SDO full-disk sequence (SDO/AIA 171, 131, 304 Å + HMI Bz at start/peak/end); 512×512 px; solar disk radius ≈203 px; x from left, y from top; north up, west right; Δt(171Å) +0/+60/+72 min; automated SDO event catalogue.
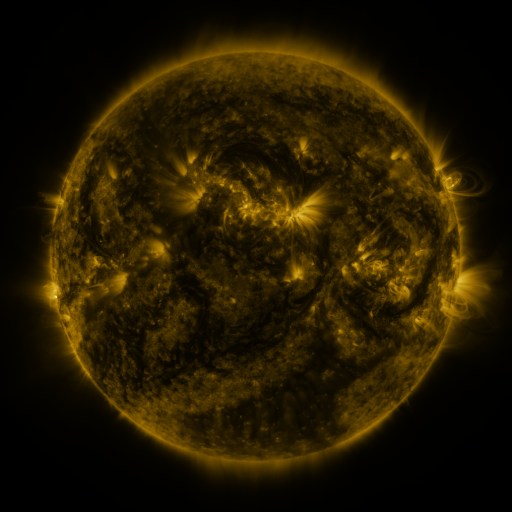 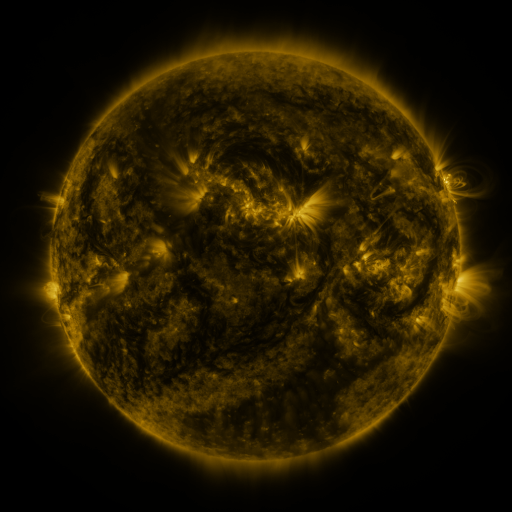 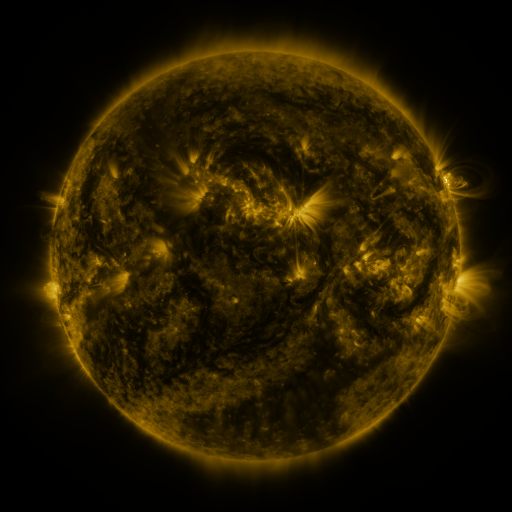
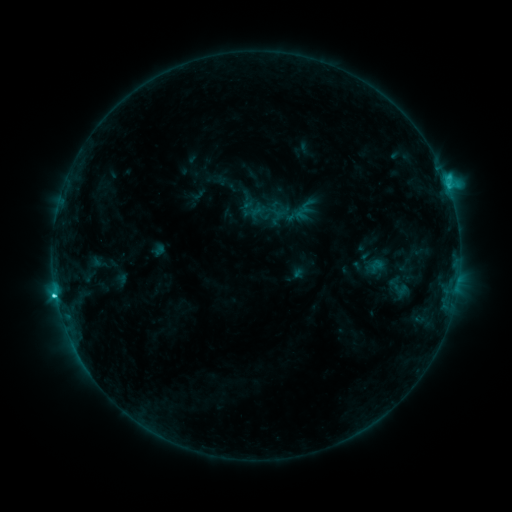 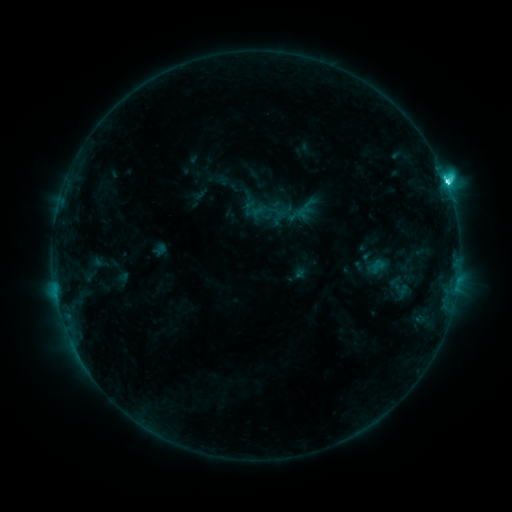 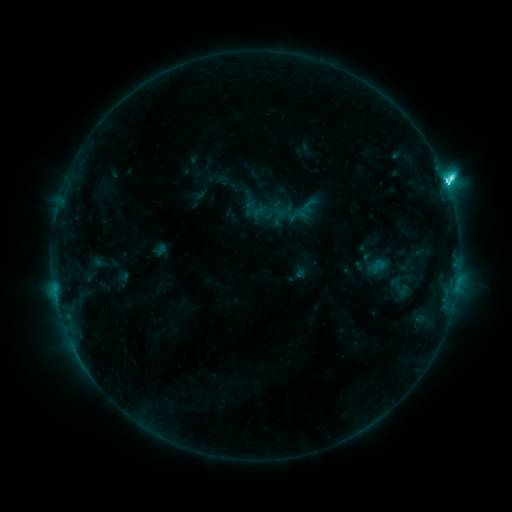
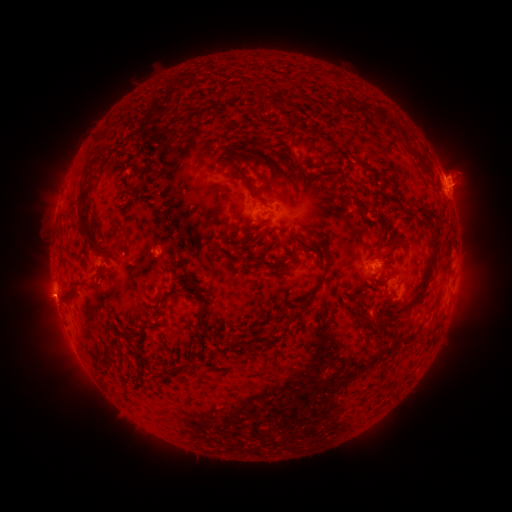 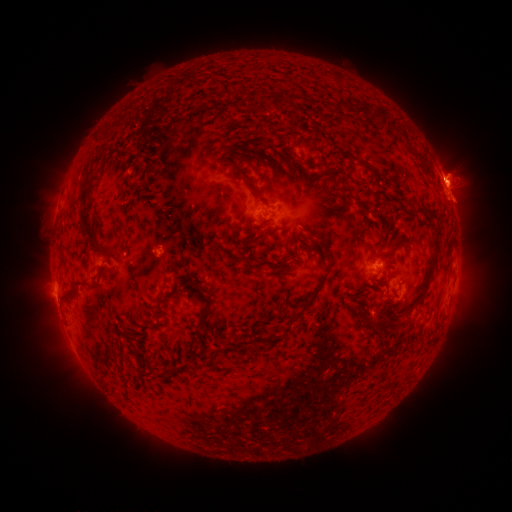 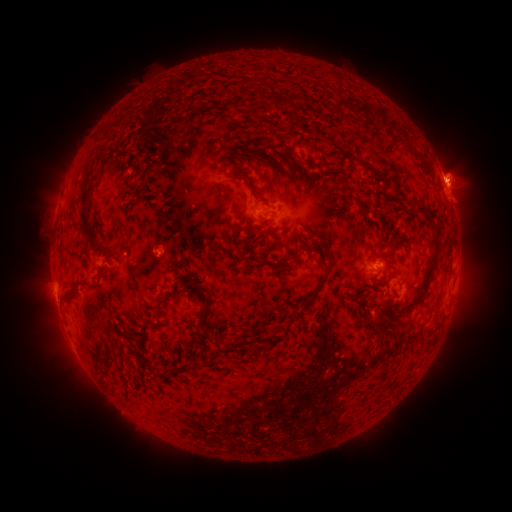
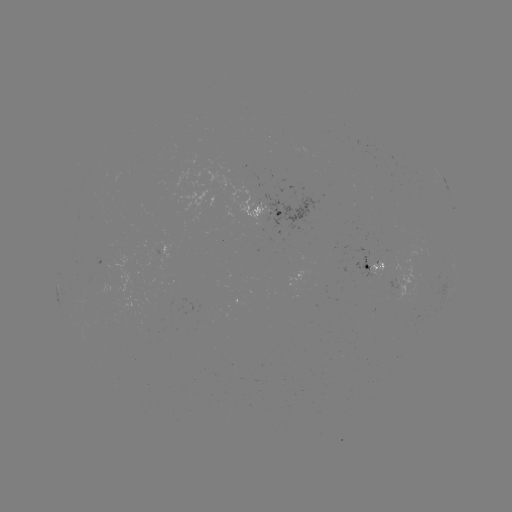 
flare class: M1.1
